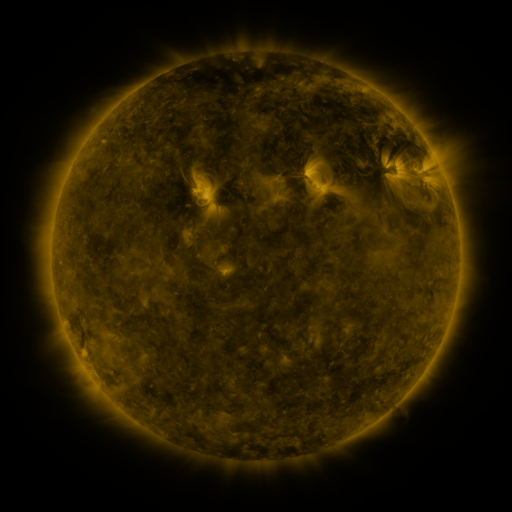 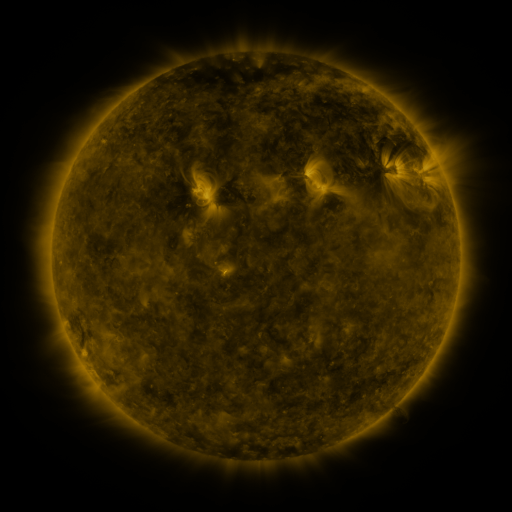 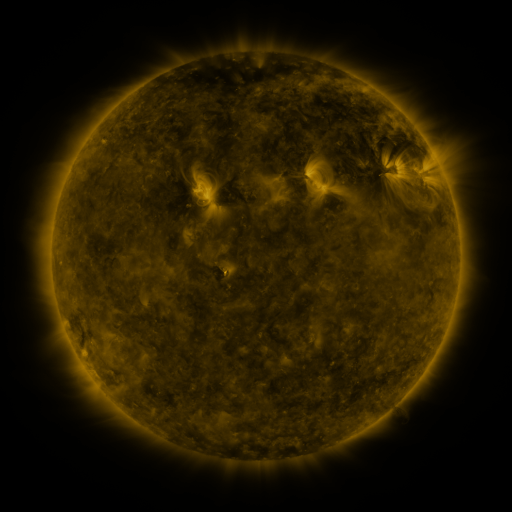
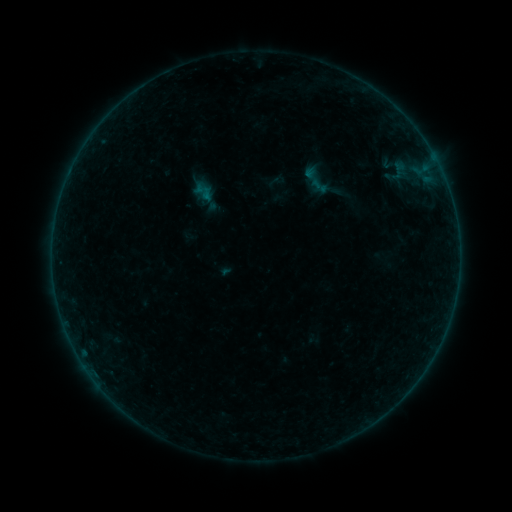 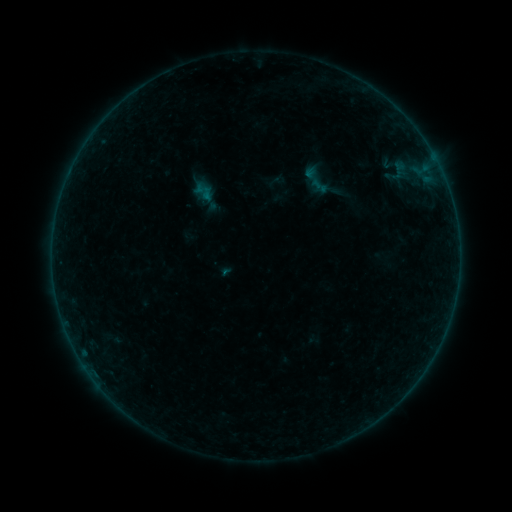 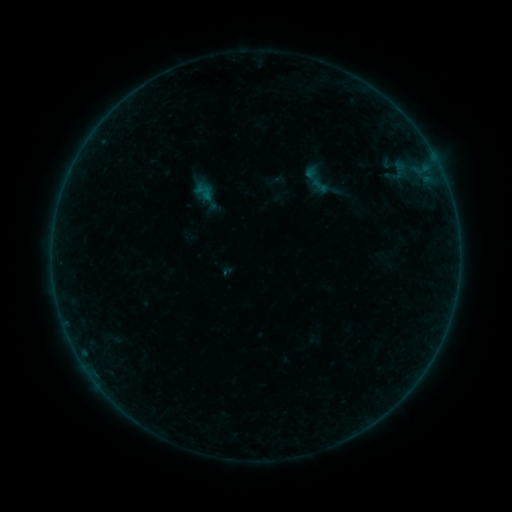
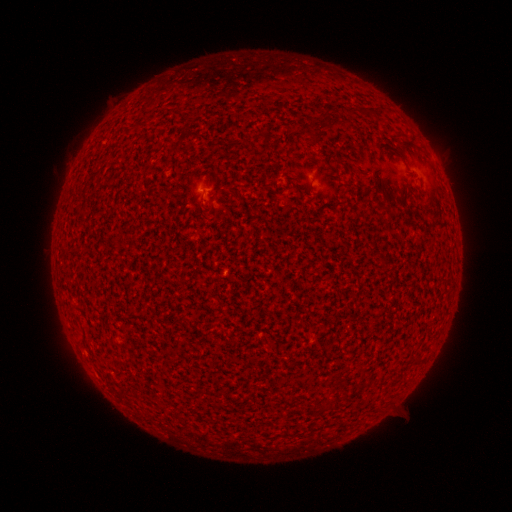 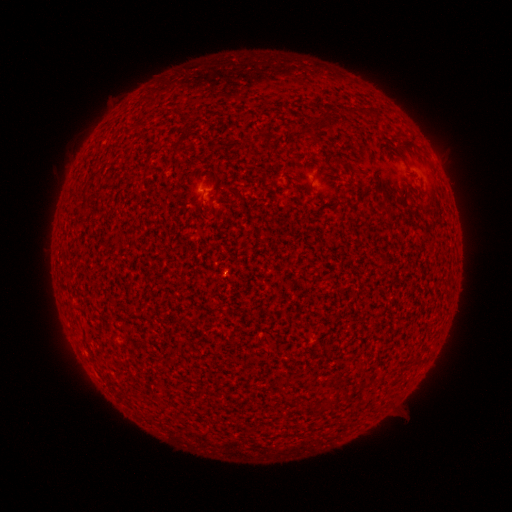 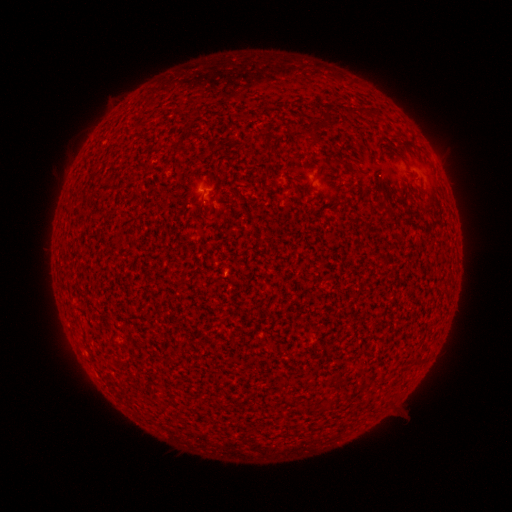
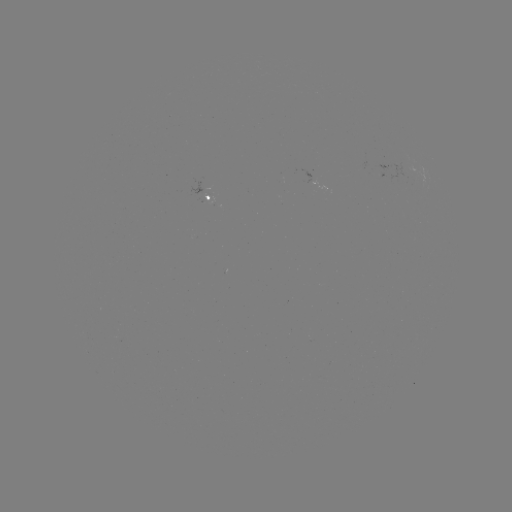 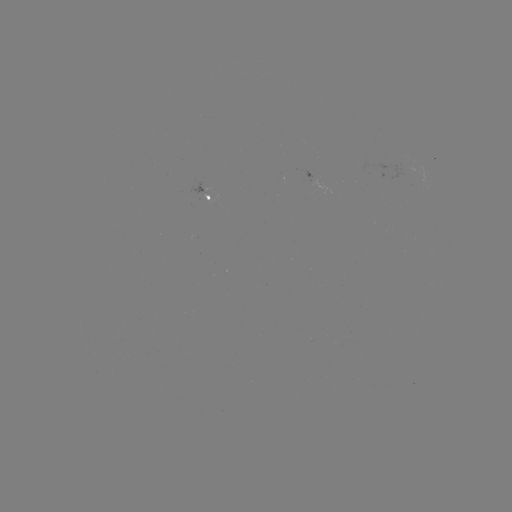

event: flare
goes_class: A6.2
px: (227, 274)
